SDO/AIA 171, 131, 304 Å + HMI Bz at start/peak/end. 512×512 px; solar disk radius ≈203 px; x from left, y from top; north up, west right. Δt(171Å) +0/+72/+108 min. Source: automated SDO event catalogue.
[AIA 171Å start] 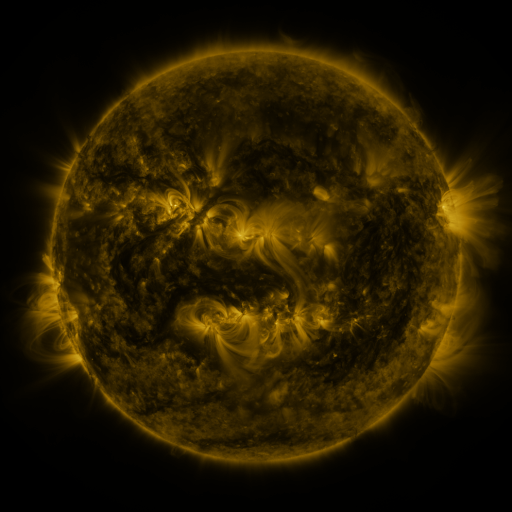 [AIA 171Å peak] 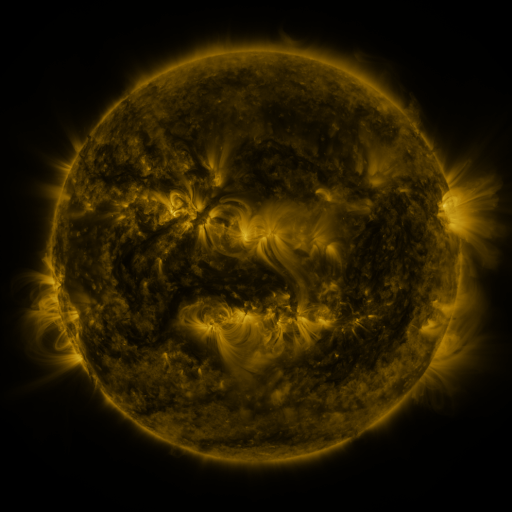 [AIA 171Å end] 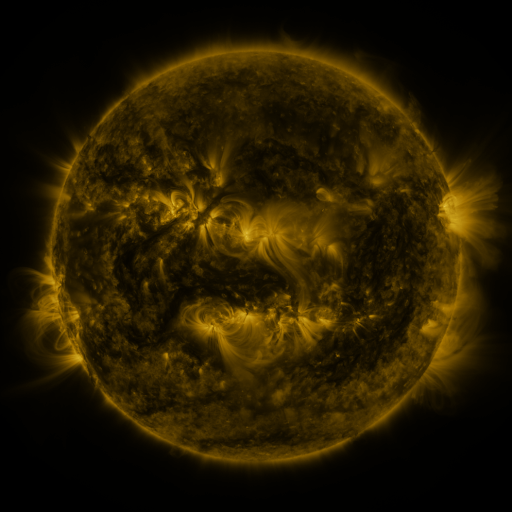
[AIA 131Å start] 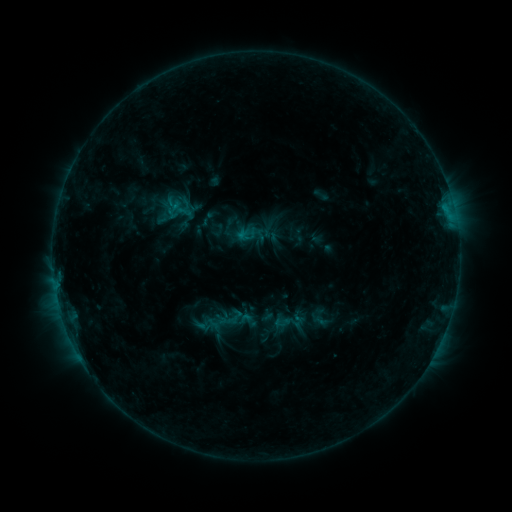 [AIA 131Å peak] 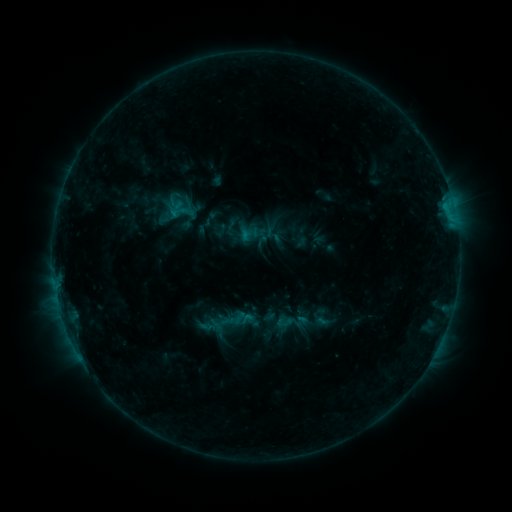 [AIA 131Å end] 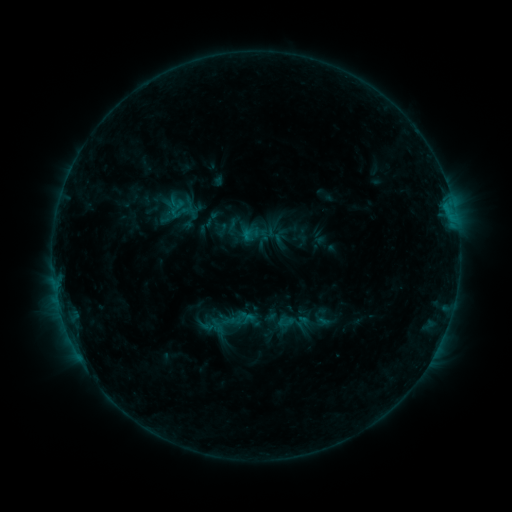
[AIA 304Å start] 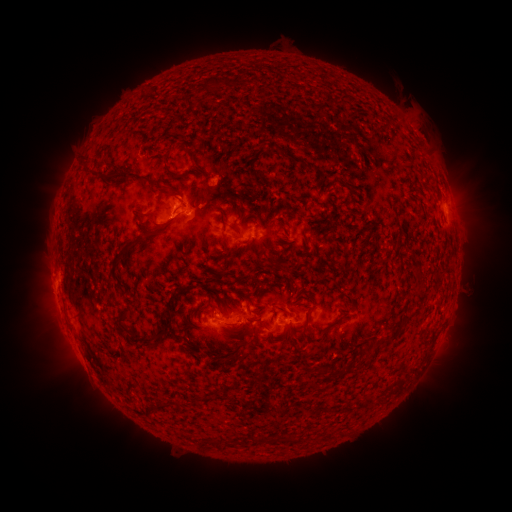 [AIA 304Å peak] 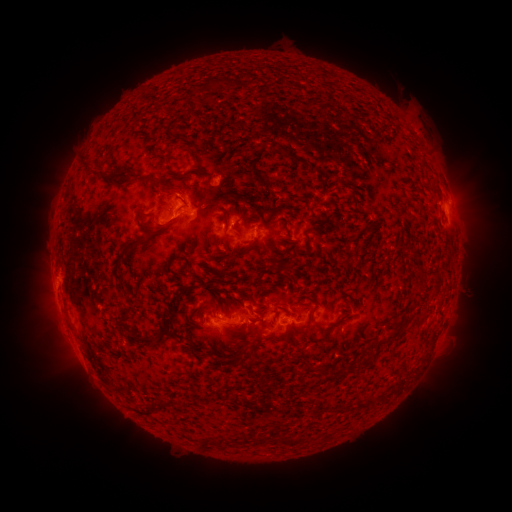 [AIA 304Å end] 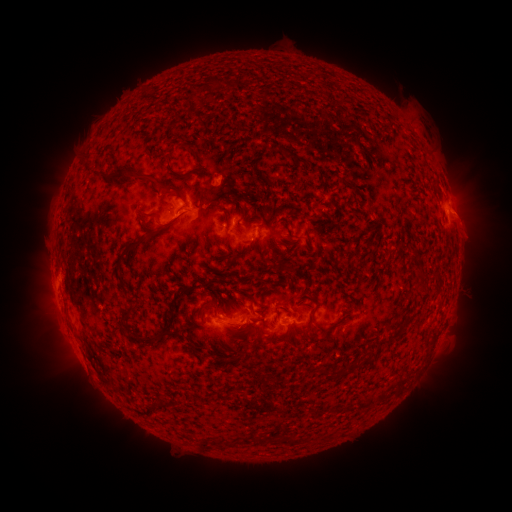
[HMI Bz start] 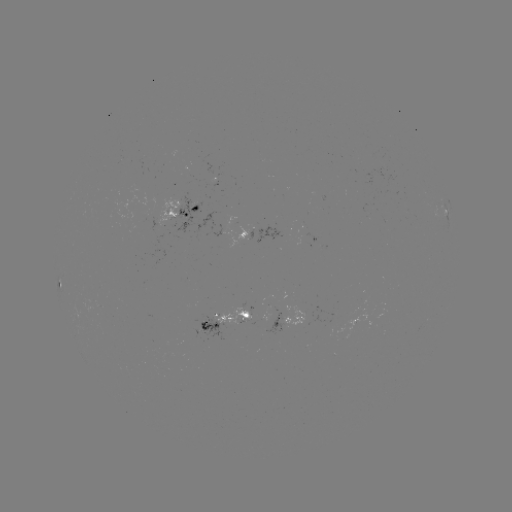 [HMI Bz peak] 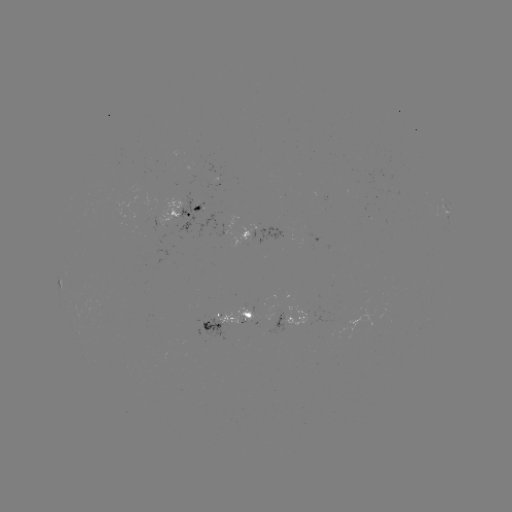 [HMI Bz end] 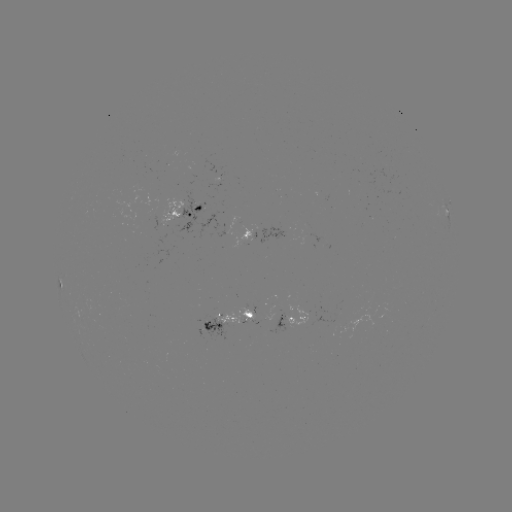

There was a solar emerging-flux region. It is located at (245, 318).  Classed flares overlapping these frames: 1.